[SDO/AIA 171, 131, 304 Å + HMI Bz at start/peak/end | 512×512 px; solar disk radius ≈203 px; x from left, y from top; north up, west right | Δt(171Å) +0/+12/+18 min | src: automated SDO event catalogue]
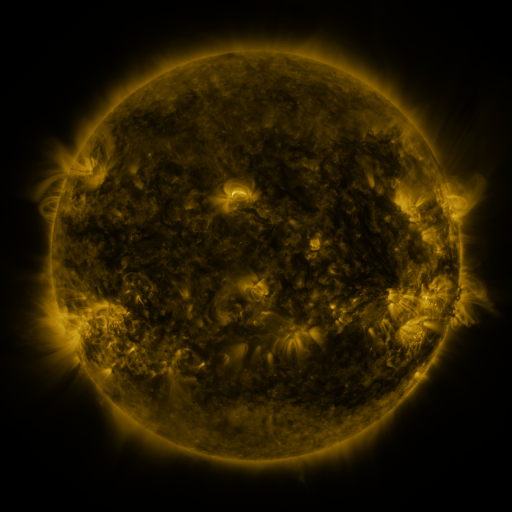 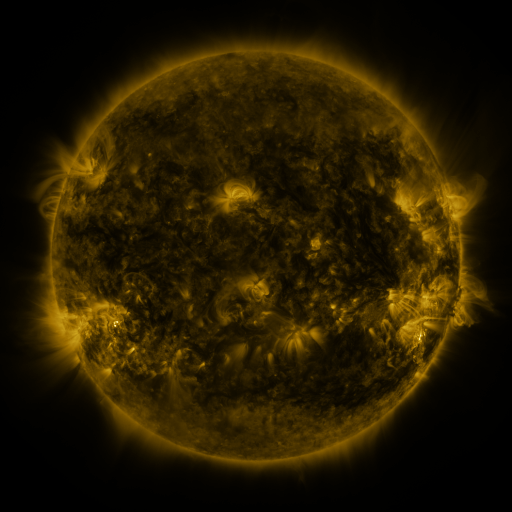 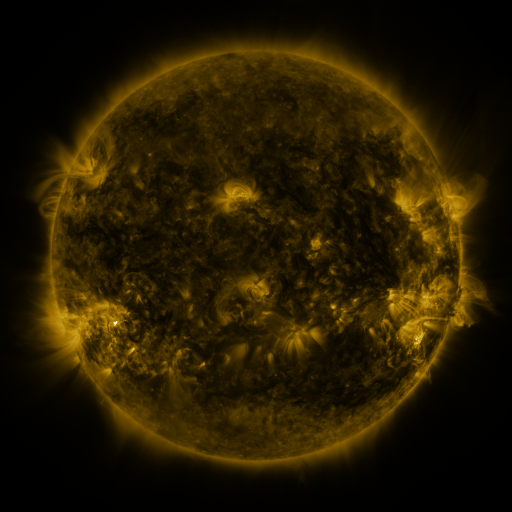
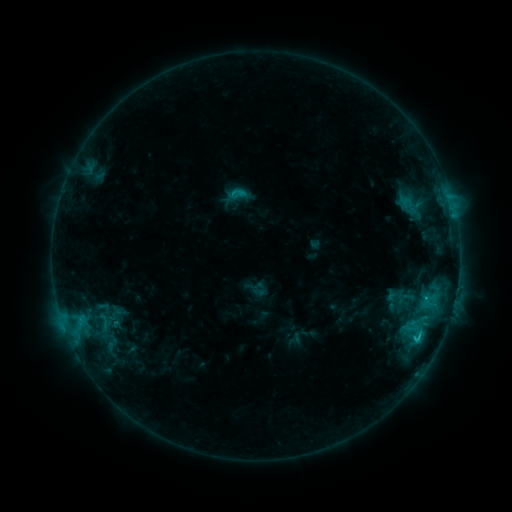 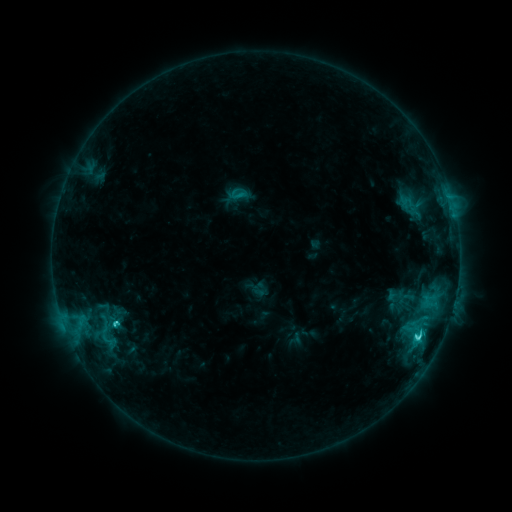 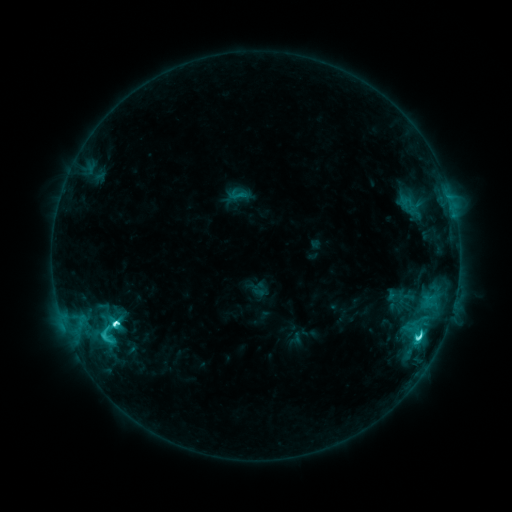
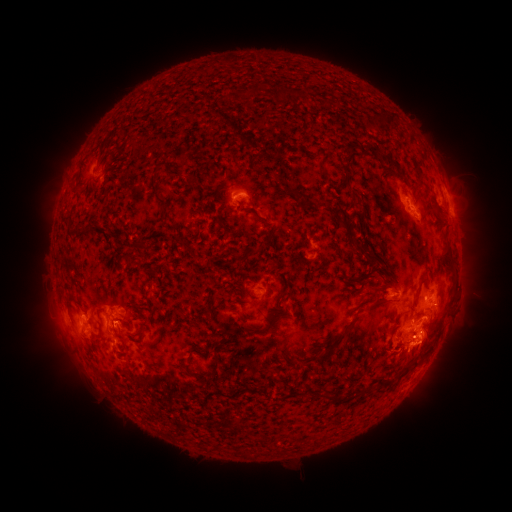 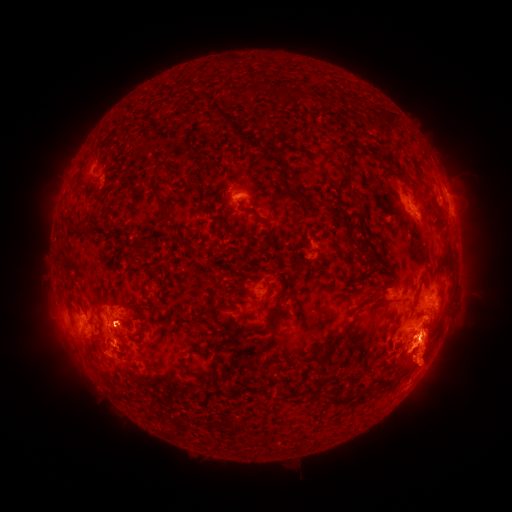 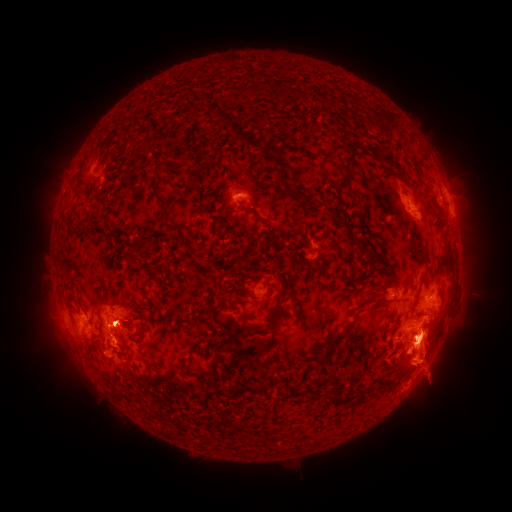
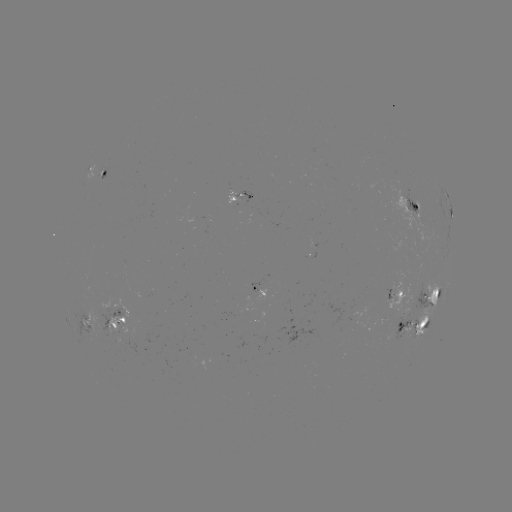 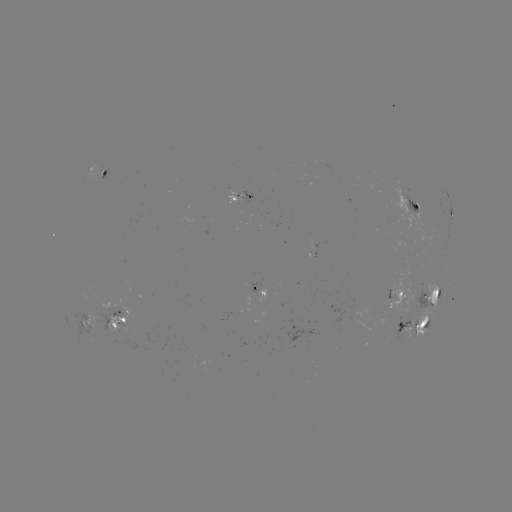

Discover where eruption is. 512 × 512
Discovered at (419, 415).